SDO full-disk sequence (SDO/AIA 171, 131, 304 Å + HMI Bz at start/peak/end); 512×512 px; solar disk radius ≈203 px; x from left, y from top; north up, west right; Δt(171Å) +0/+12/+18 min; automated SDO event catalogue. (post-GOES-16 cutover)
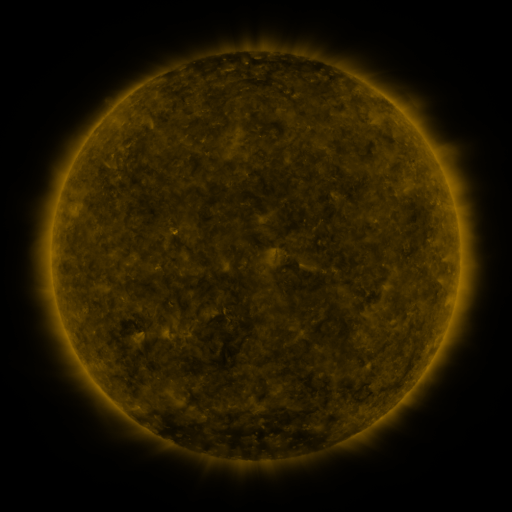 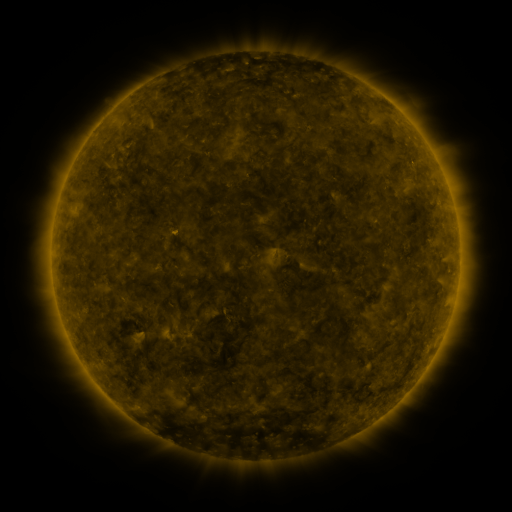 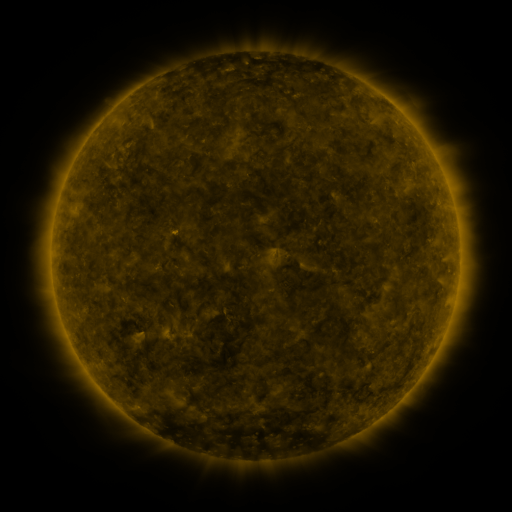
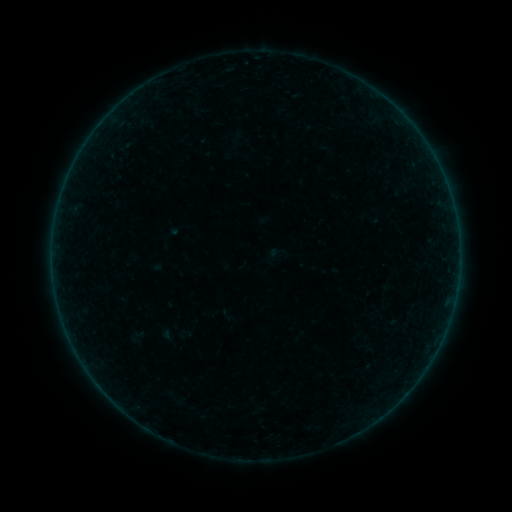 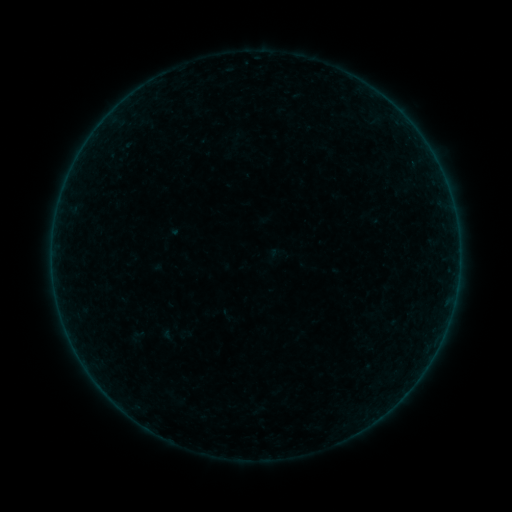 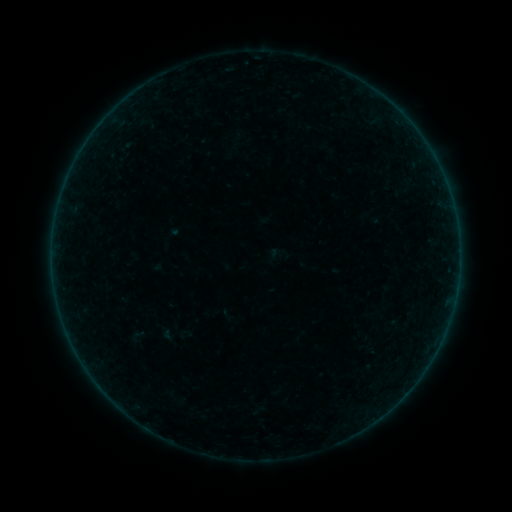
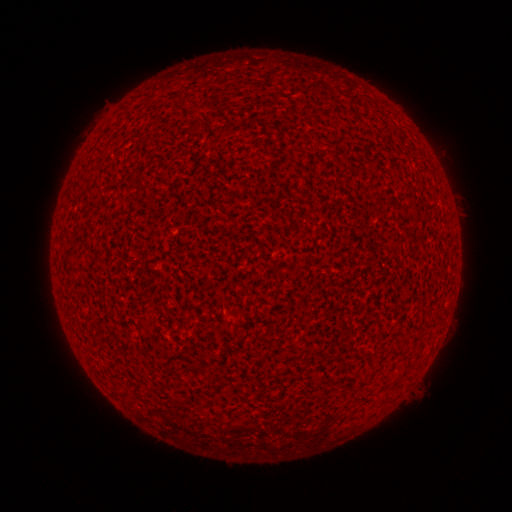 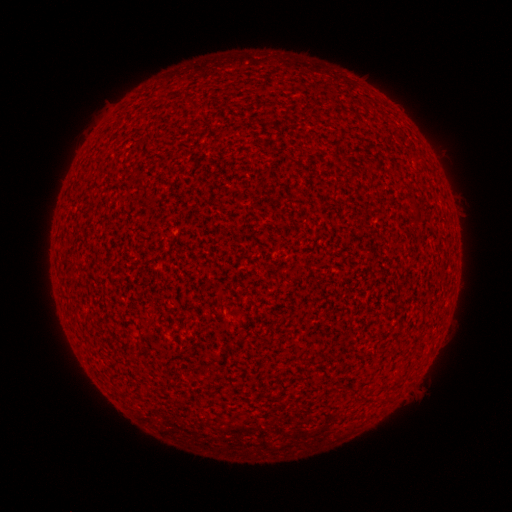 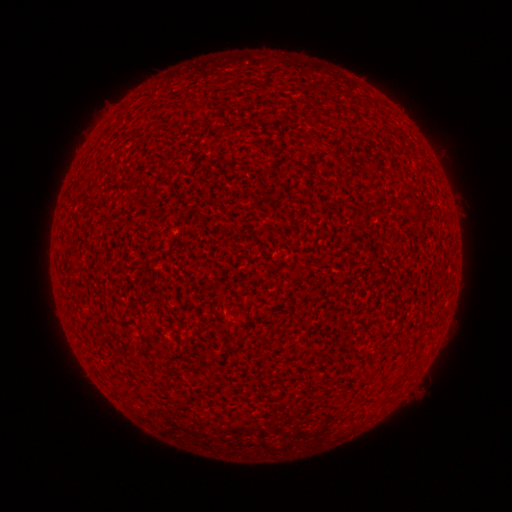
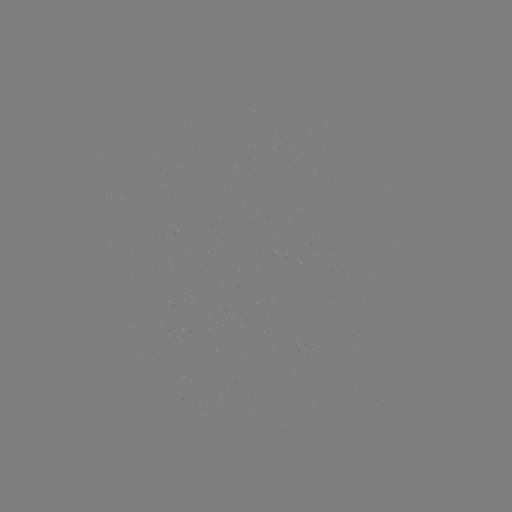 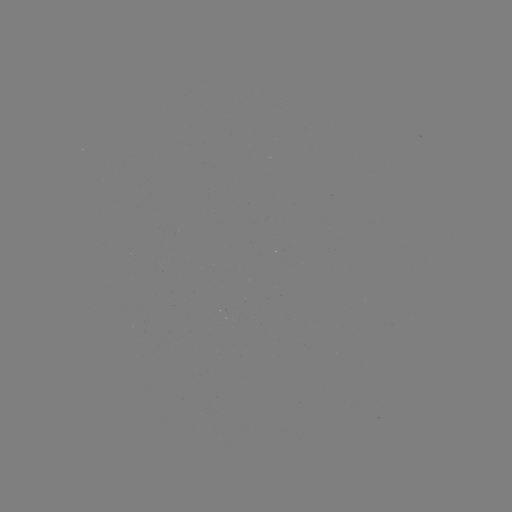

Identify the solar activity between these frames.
no flare in any classed list; no EUV-trigger detection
